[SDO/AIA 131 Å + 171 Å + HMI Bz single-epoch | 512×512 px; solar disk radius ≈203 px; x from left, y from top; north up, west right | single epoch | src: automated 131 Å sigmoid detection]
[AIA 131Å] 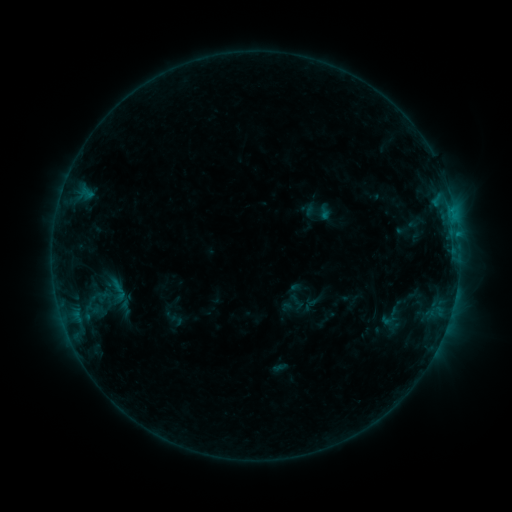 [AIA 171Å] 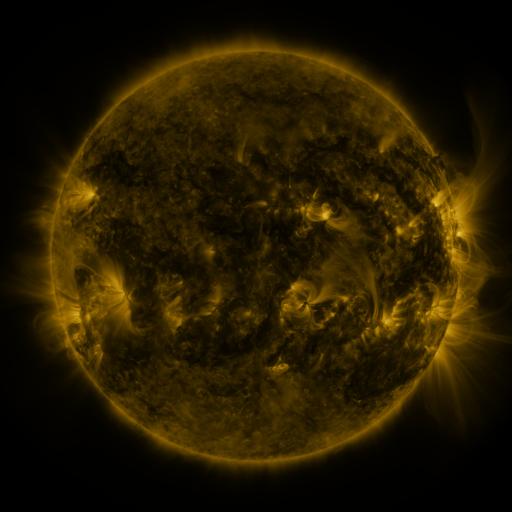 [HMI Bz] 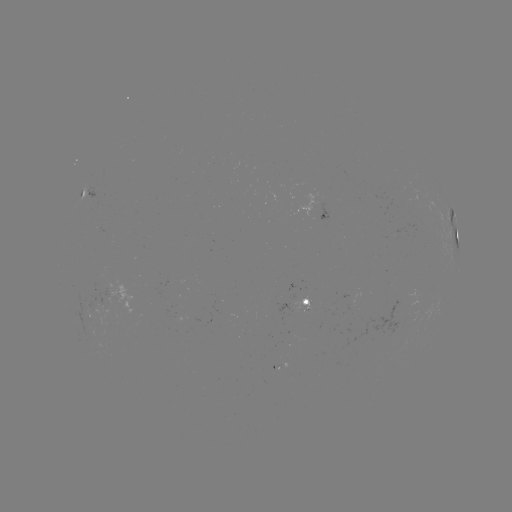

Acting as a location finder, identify sigmoid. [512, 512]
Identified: [118, 289].